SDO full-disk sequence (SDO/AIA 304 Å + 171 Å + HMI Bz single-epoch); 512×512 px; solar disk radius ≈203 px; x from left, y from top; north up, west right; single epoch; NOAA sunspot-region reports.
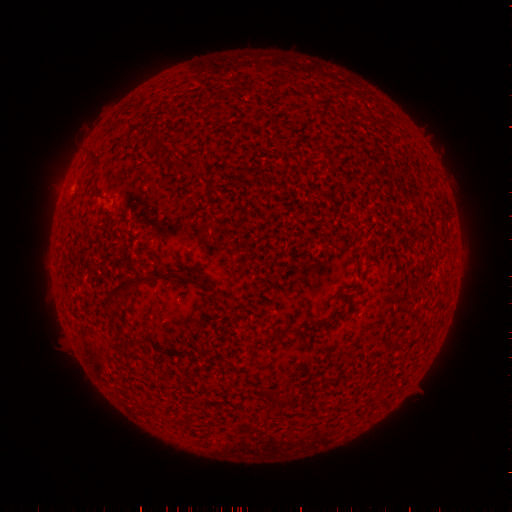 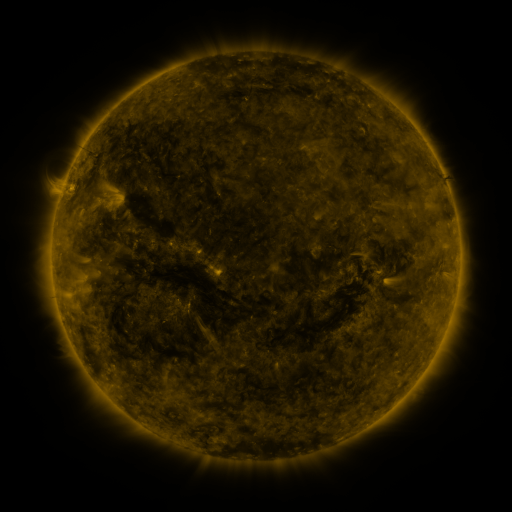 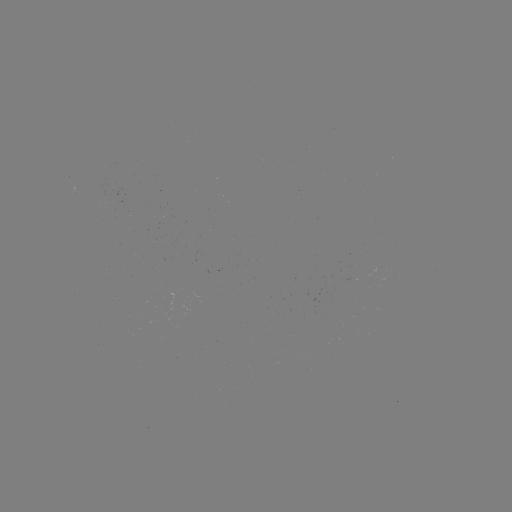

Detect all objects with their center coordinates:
(none)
